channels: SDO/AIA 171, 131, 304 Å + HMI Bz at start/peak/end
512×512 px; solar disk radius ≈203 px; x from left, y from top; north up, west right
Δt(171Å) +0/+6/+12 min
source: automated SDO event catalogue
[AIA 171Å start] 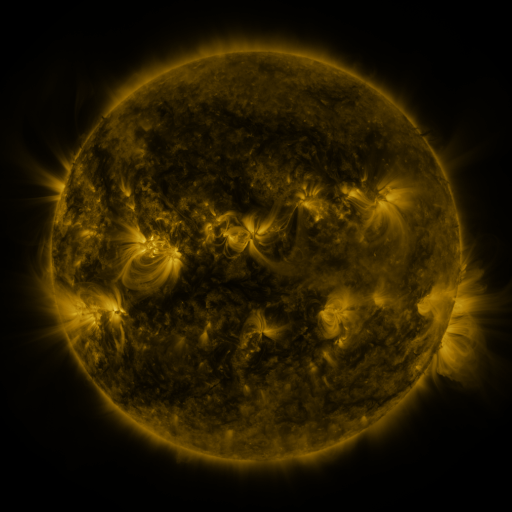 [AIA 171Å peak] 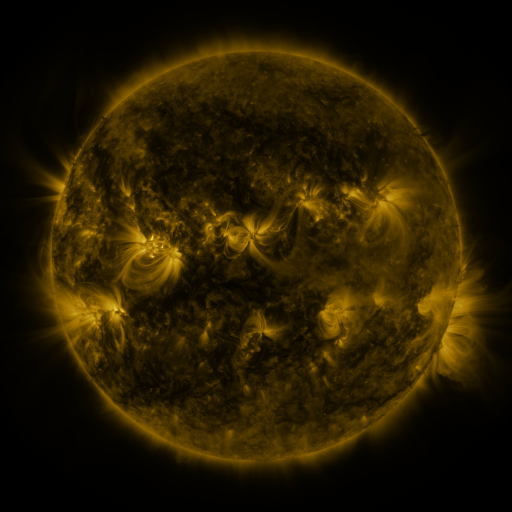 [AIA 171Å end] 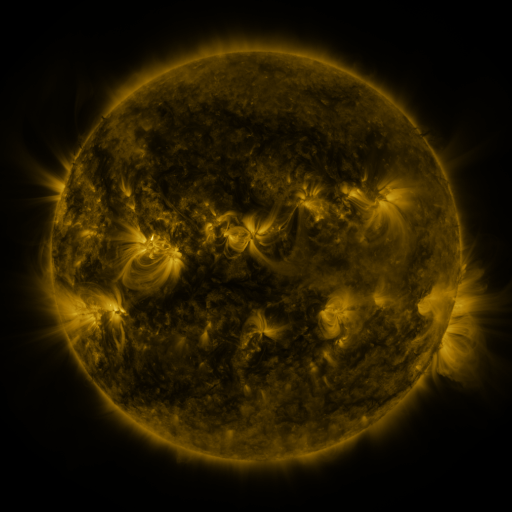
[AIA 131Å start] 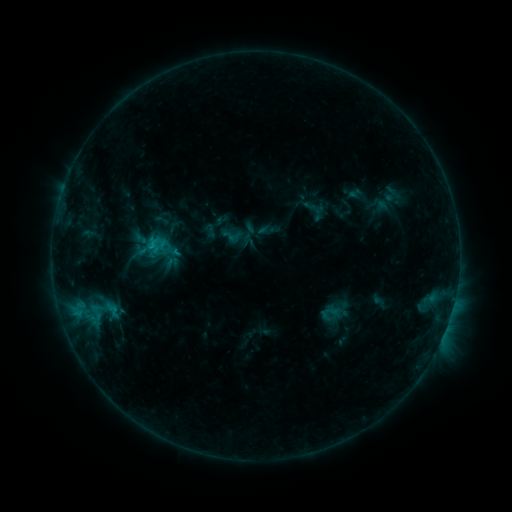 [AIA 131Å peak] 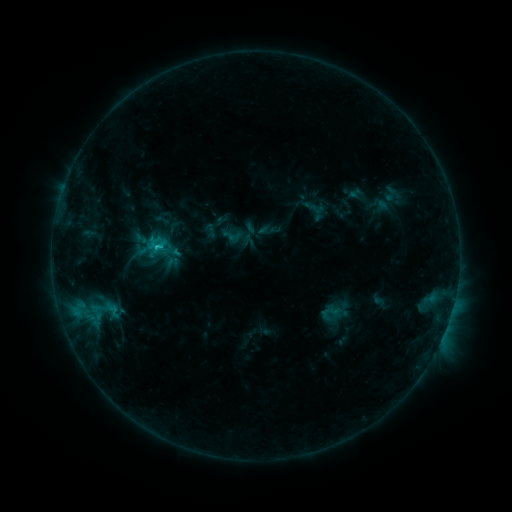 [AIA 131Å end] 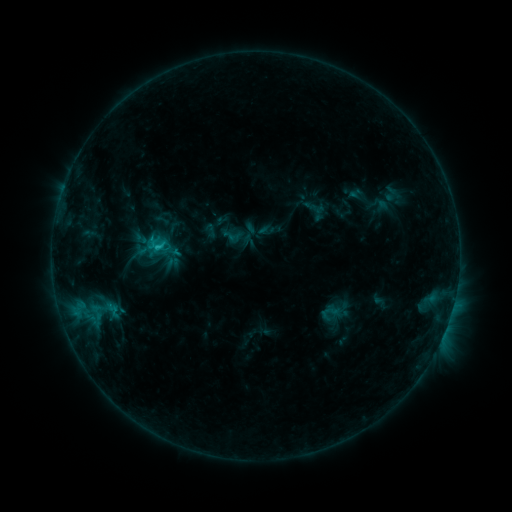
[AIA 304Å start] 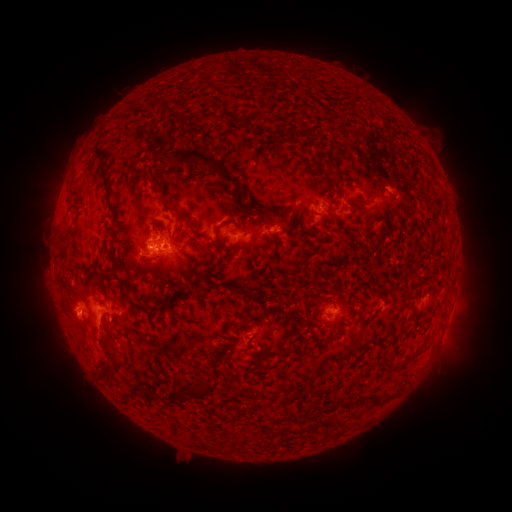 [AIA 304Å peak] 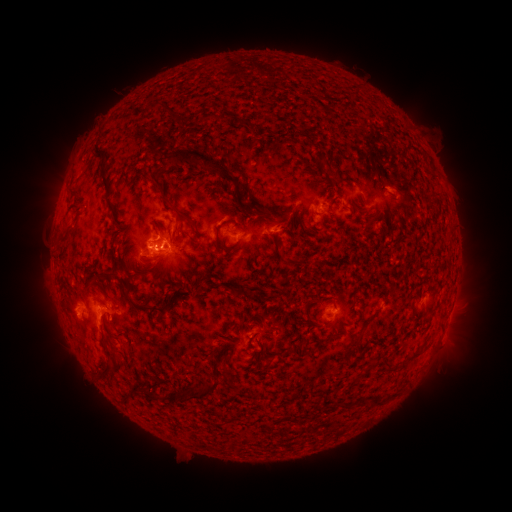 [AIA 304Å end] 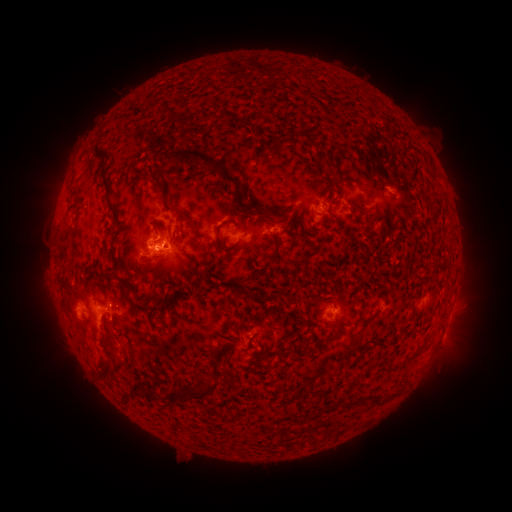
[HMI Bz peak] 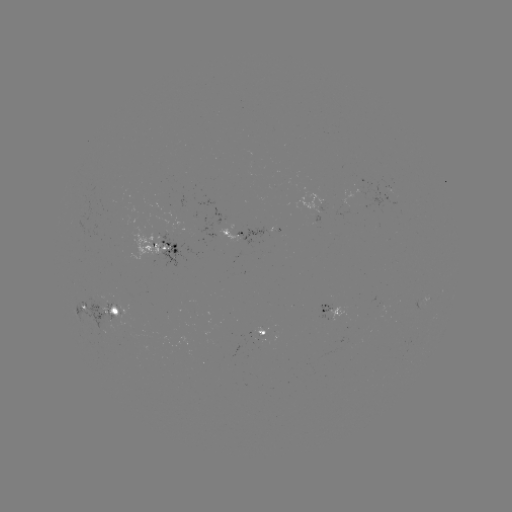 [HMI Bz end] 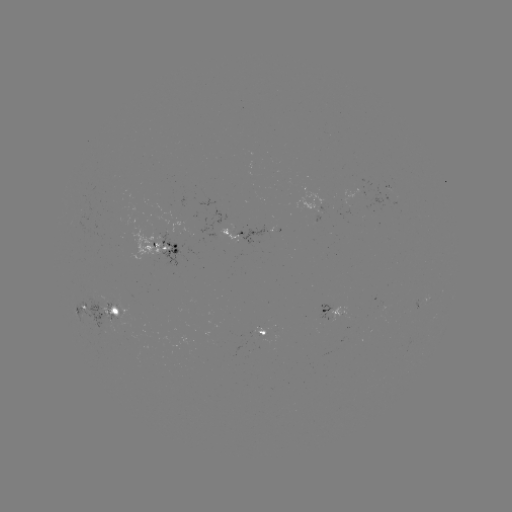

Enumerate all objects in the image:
C1.7 flare: (157, 247)
